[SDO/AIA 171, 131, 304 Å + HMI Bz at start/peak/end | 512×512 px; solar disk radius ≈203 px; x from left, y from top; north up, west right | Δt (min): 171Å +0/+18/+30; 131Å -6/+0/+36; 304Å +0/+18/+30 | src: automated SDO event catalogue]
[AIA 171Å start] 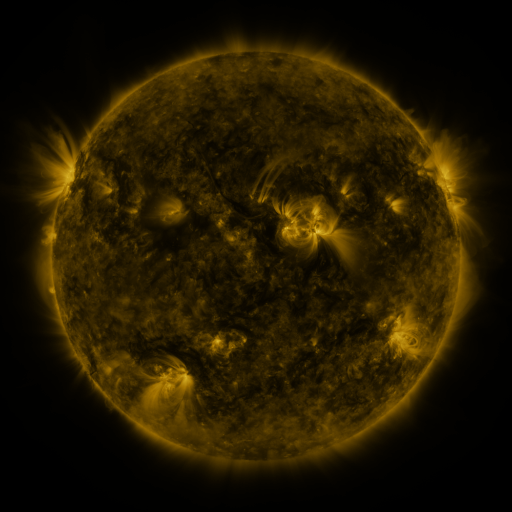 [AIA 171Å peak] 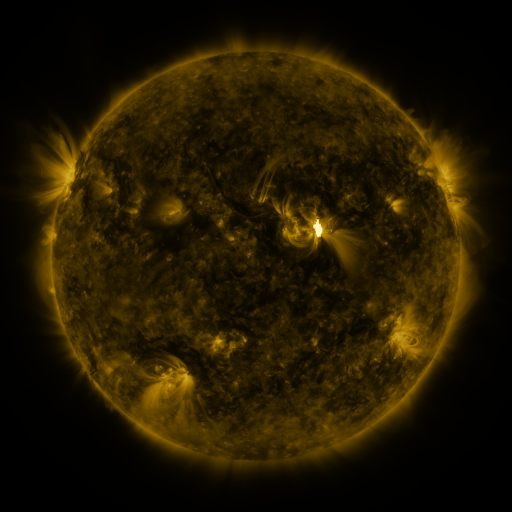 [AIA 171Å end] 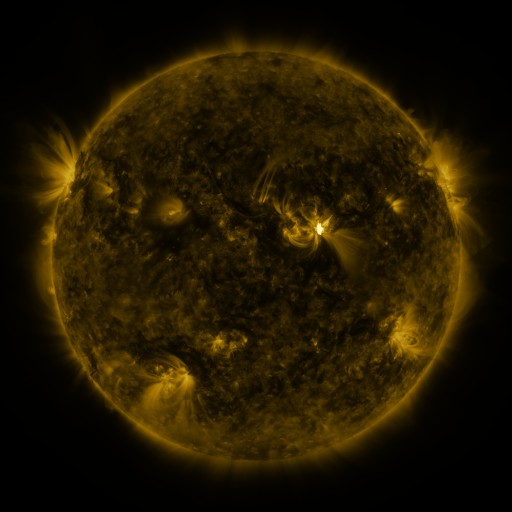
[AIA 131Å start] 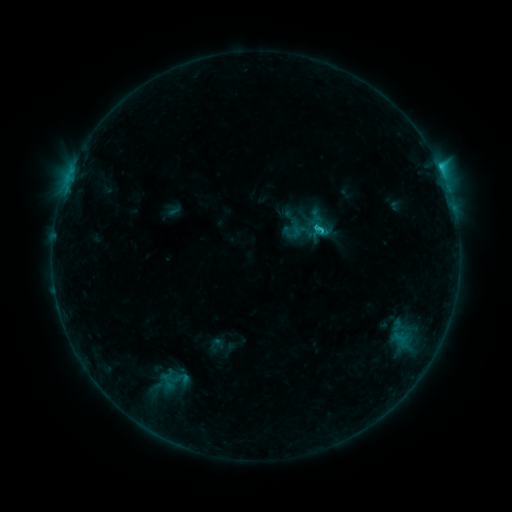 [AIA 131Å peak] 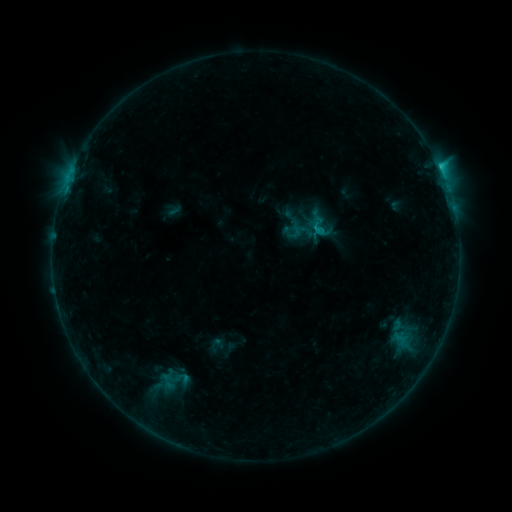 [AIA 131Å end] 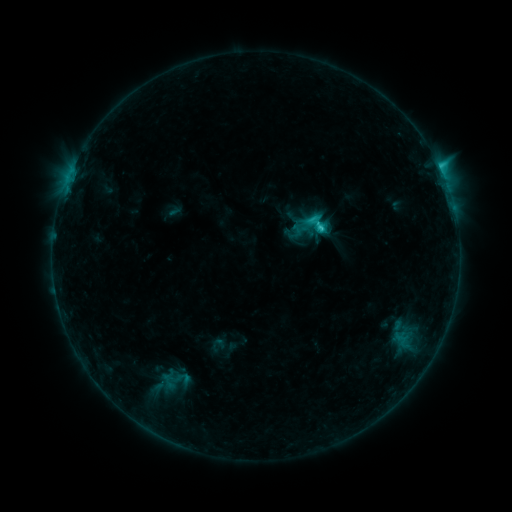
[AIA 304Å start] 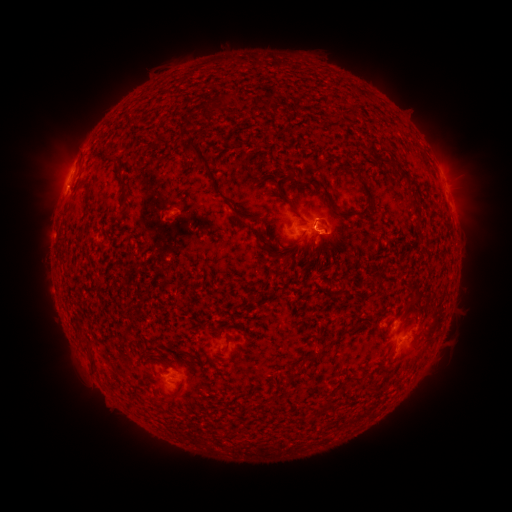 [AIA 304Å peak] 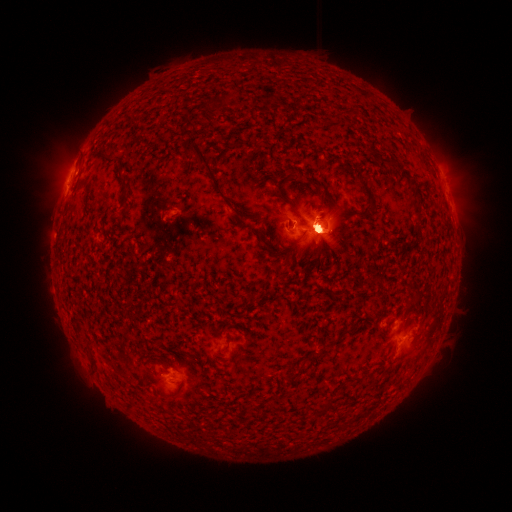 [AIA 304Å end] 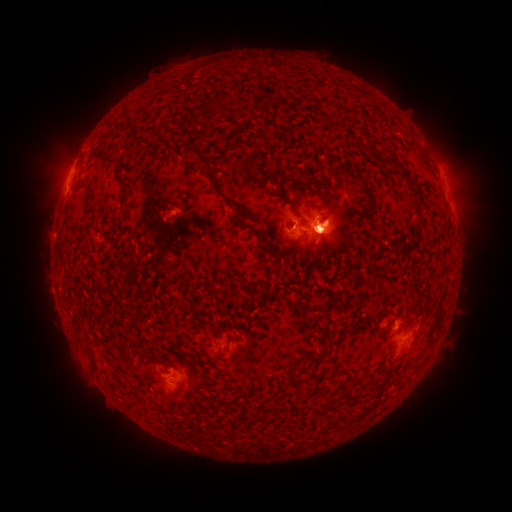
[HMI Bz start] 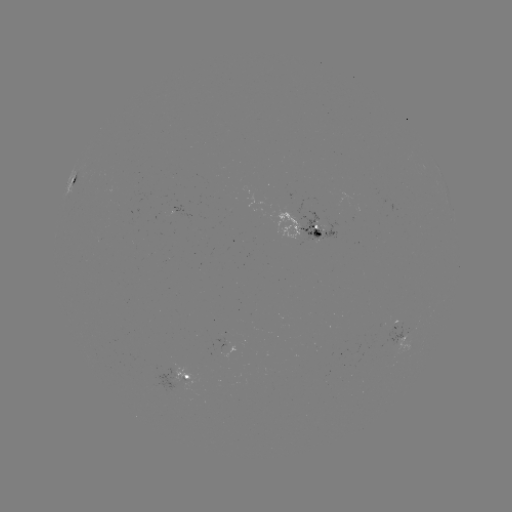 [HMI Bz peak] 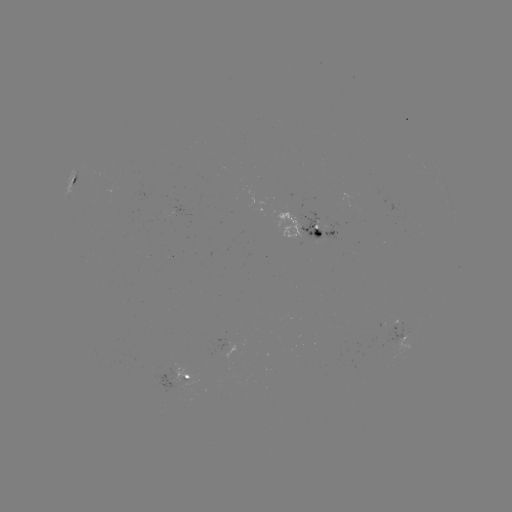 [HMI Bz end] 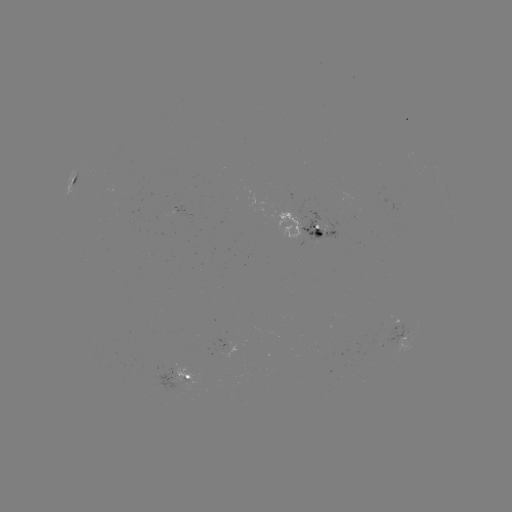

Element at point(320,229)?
eruption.